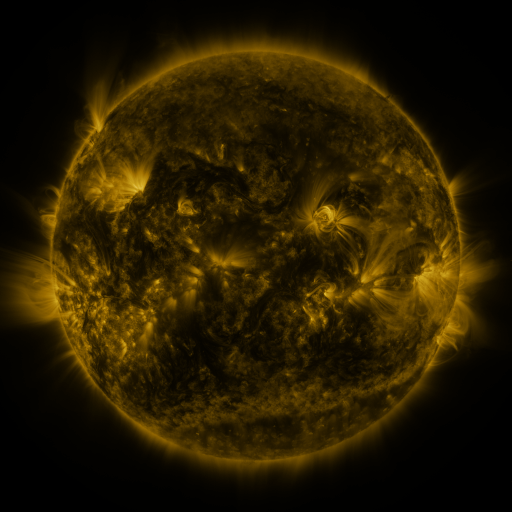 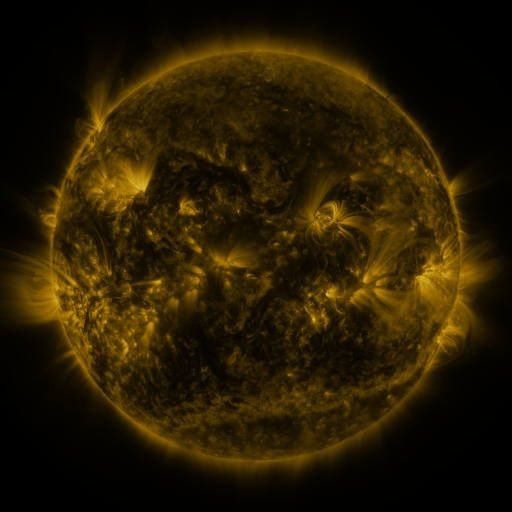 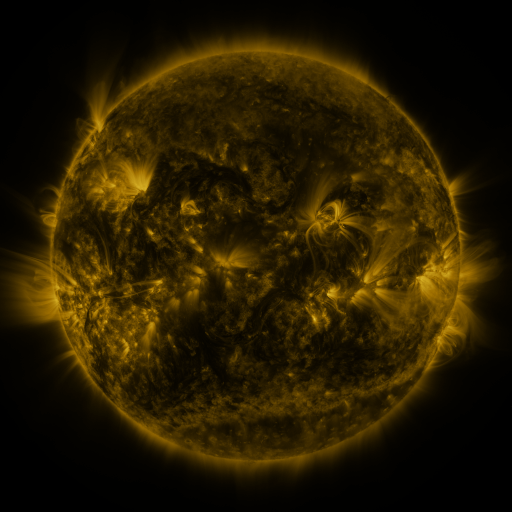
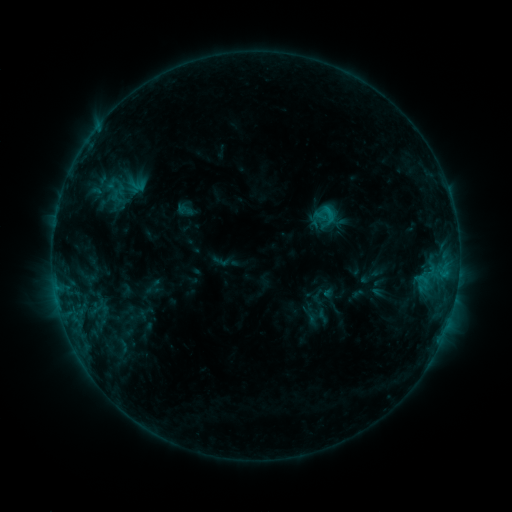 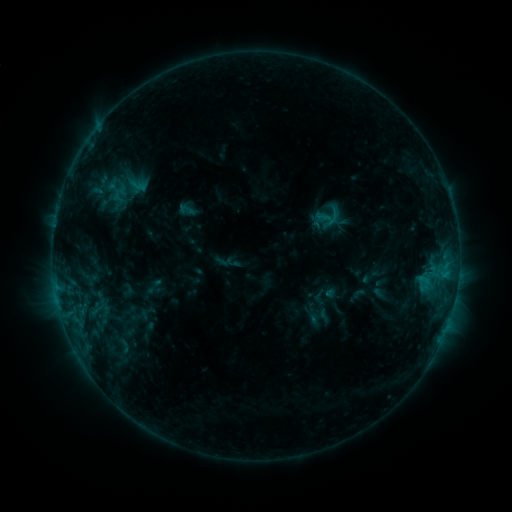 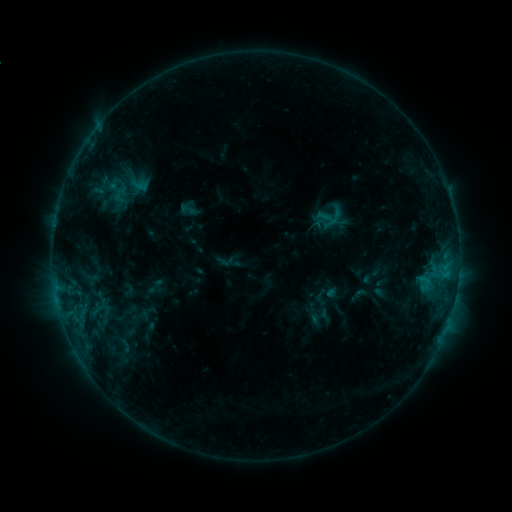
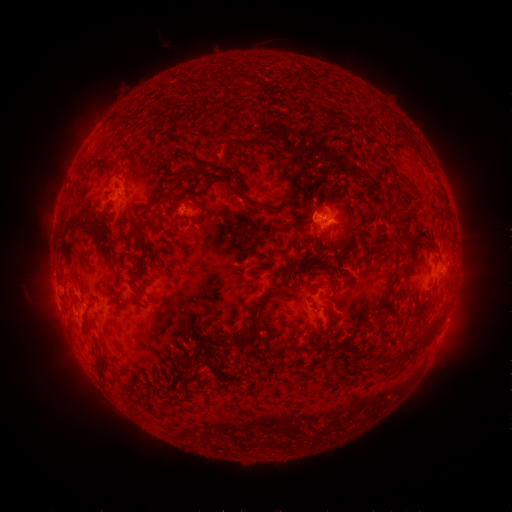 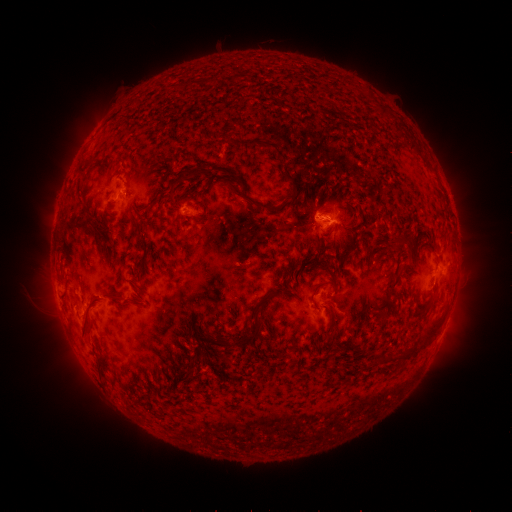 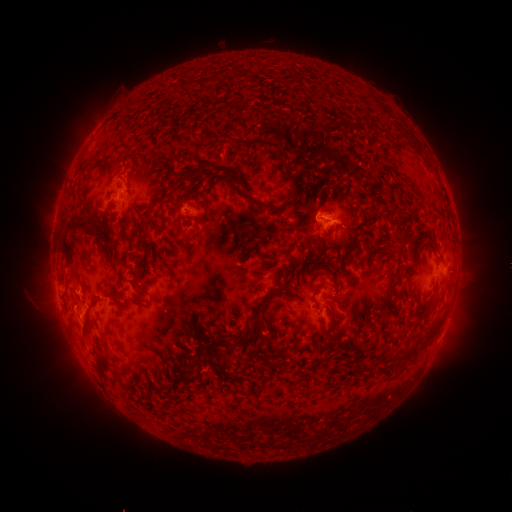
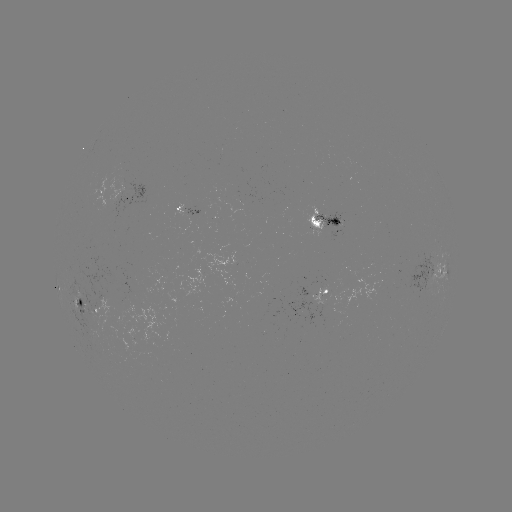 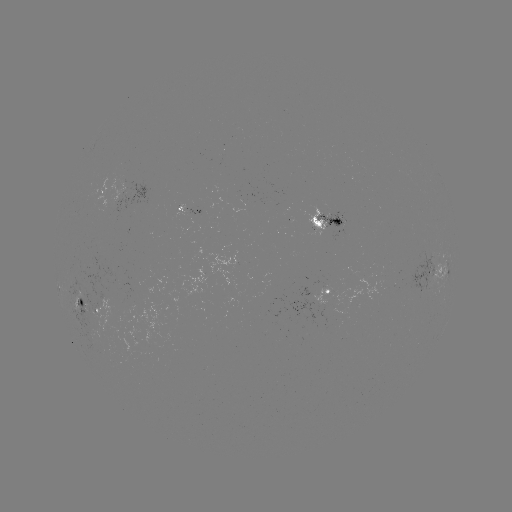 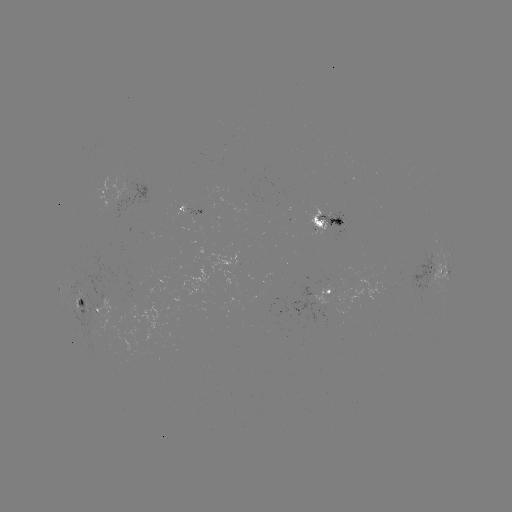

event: emerging-flux region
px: (121, 299)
